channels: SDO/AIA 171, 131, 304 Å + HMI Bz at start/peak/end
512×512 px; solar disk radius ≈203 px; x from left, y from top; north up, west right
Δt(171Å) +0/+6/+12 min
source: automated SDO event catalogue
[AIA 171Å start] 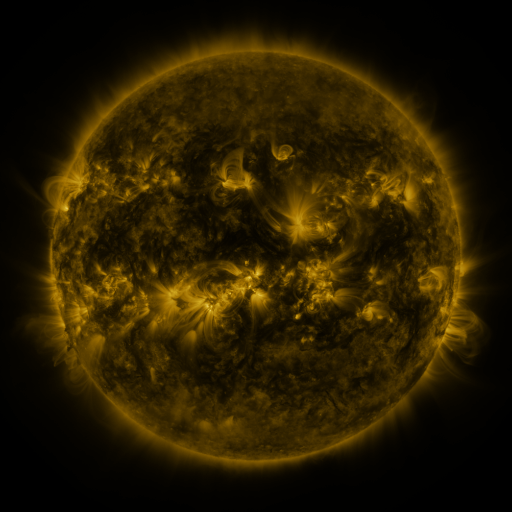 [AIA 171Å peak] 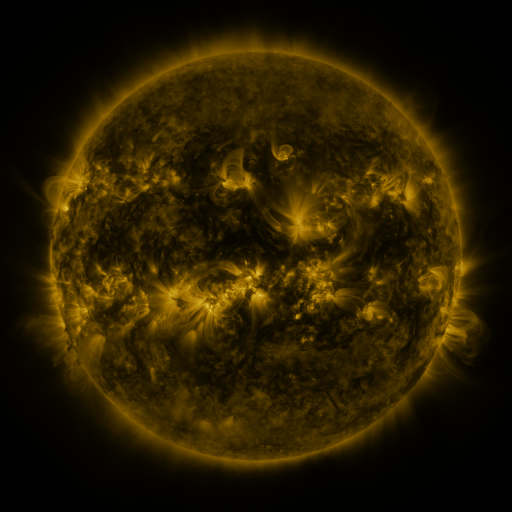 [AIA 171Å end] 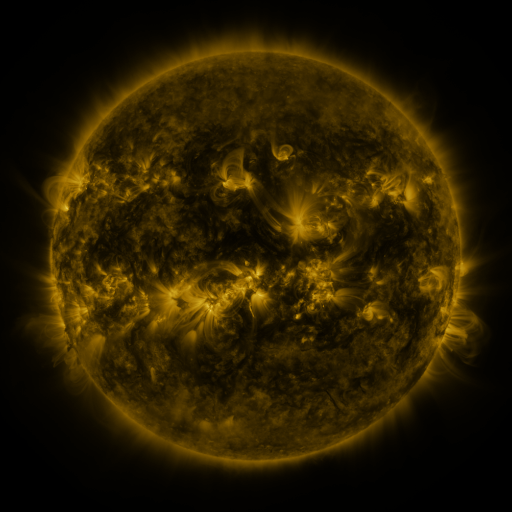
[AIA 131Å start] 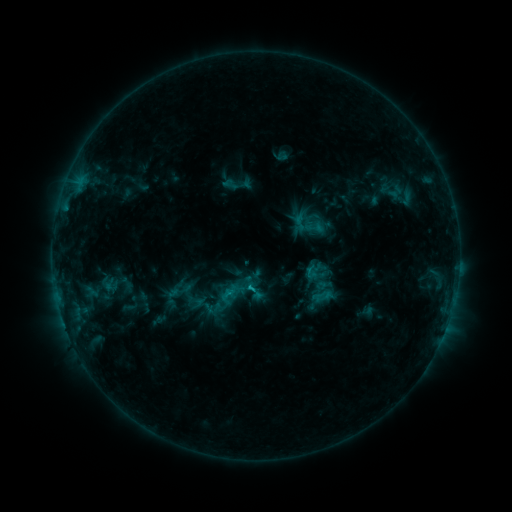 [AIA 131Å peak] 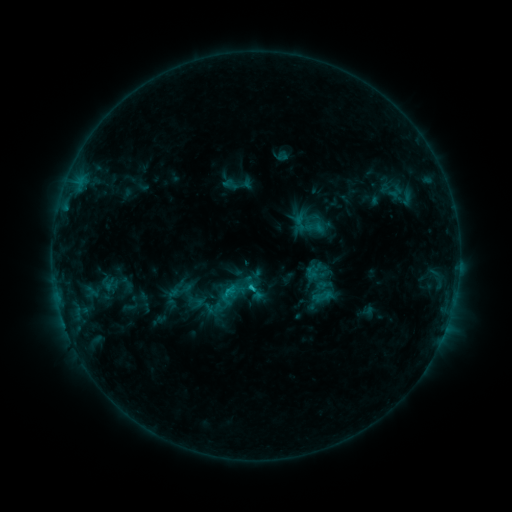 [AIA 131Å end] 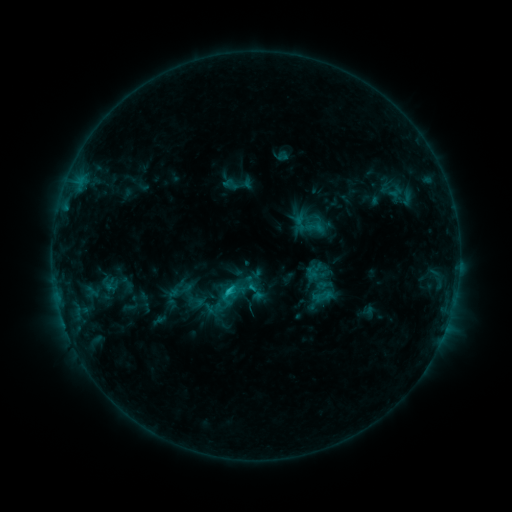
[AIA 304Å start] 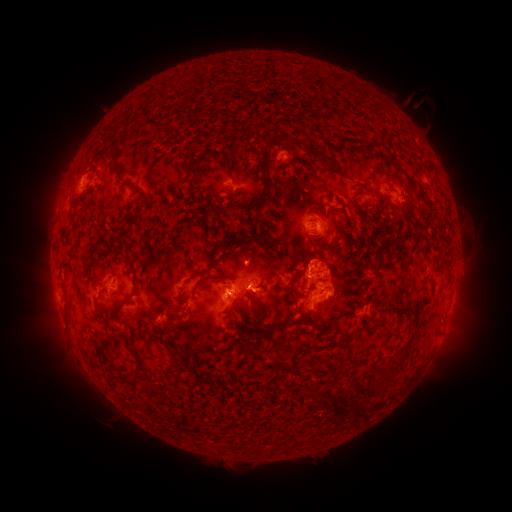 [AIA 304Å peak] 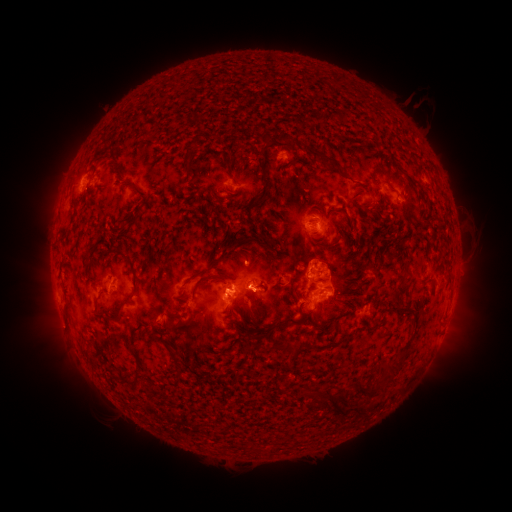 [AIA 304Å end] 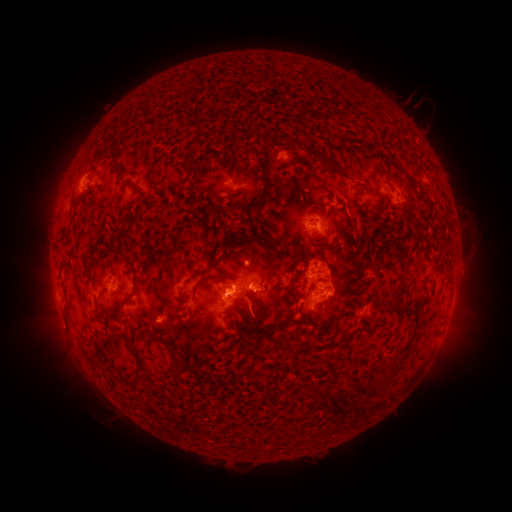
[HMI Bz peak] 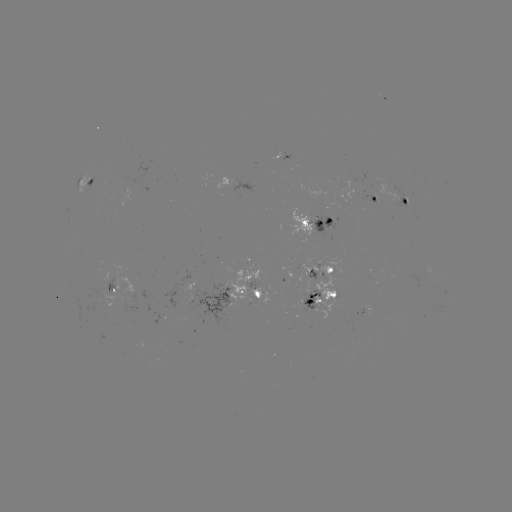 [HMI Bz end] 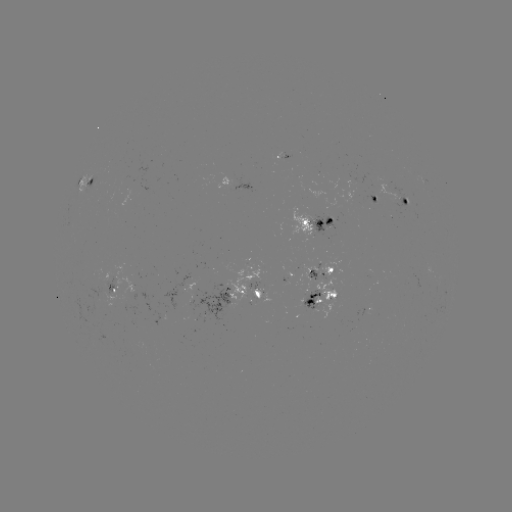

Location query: C1.6 flare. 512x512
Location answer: (228, 290).